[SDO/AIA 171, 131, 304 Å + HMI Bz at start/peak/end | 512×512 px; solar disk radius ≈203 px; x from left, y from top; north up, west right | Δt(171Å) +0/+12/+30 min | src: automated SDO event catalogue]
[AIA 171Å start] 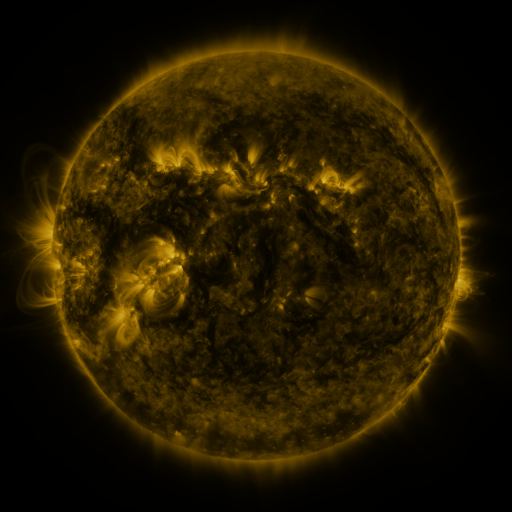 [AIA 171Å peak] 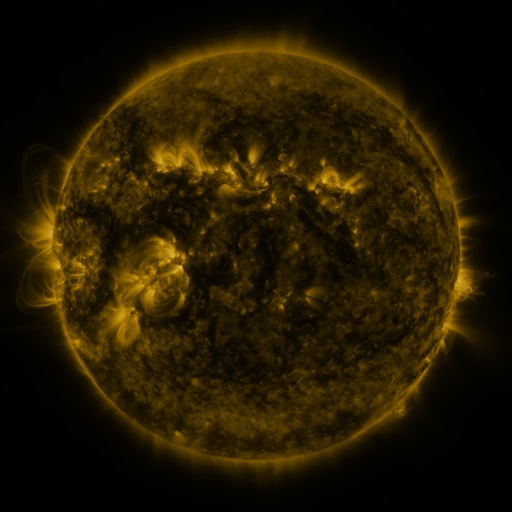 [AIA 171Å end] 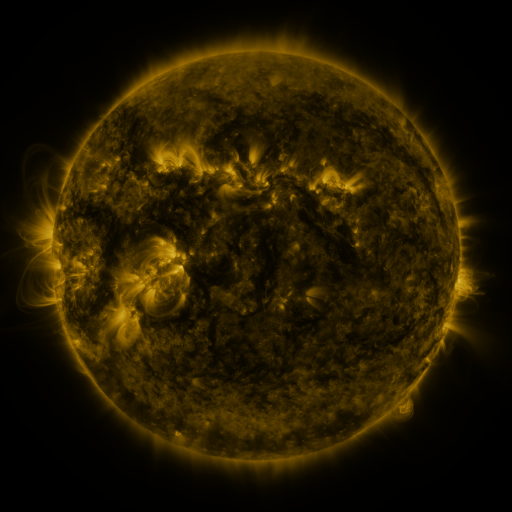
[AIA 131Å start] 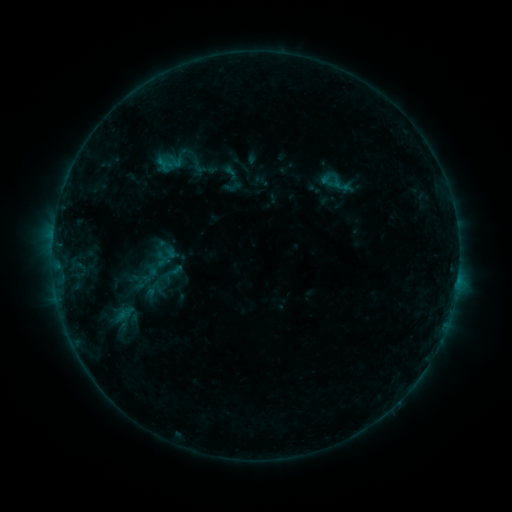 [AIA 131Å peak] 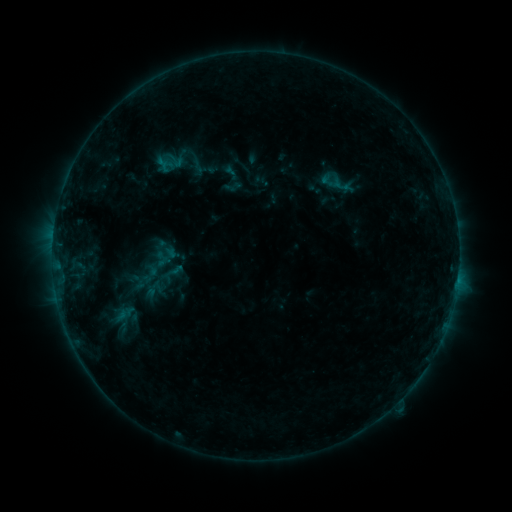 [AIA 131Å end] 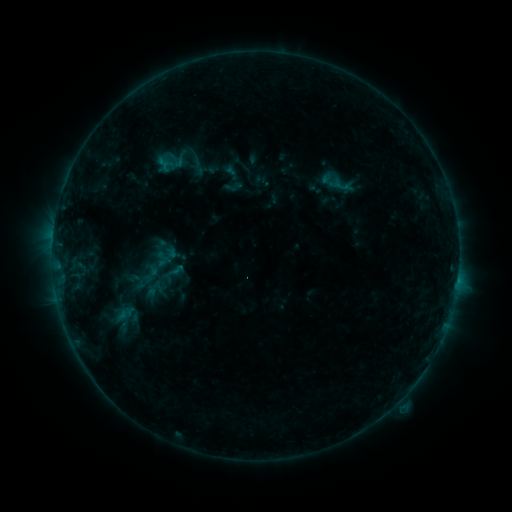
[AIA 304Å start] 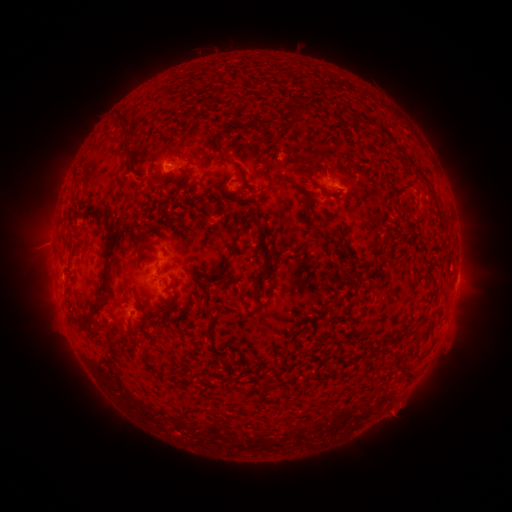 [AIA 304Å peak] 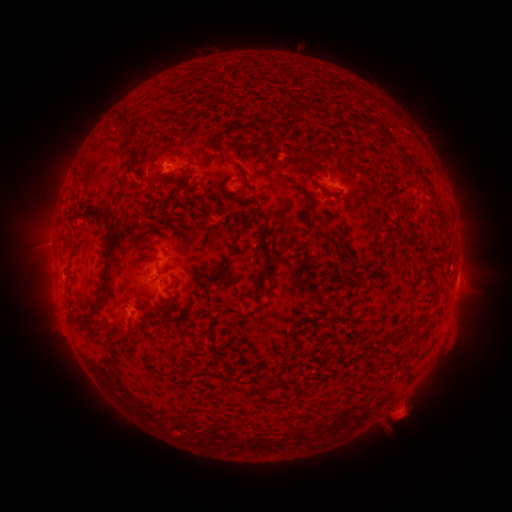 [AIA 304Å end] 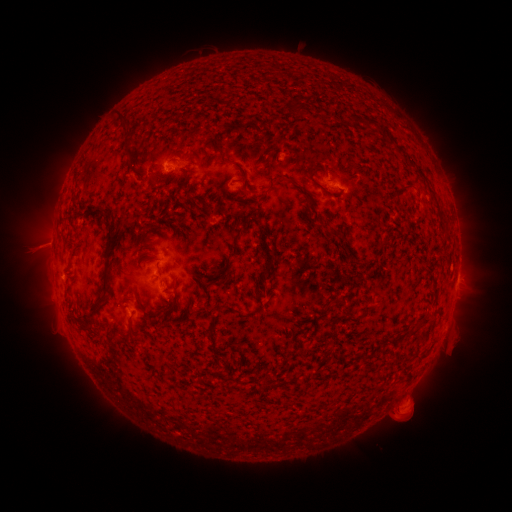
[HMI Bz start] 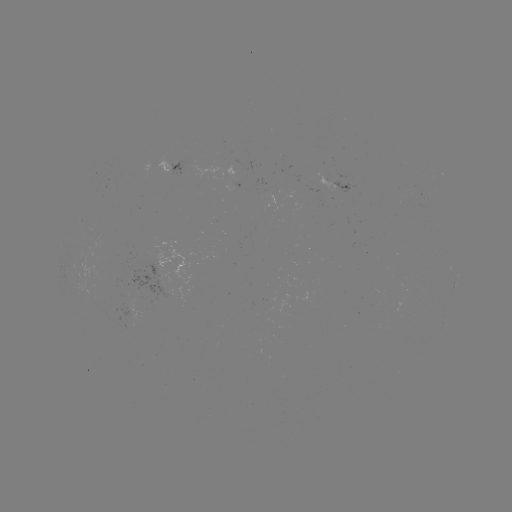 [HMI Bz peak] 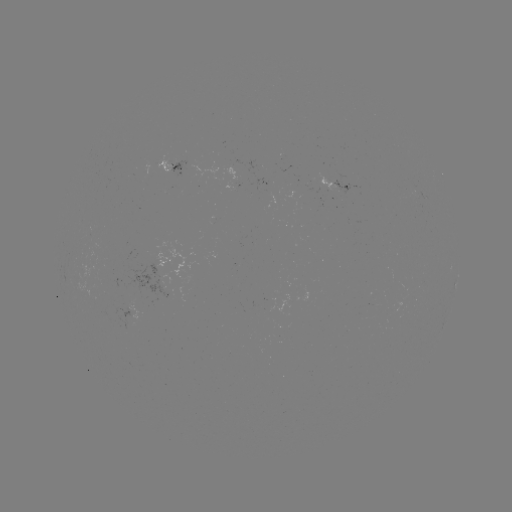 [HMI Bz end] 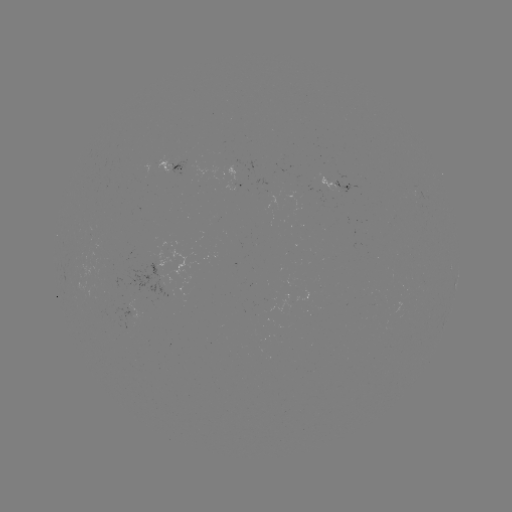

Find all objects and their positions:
eruption: (405, 407)
